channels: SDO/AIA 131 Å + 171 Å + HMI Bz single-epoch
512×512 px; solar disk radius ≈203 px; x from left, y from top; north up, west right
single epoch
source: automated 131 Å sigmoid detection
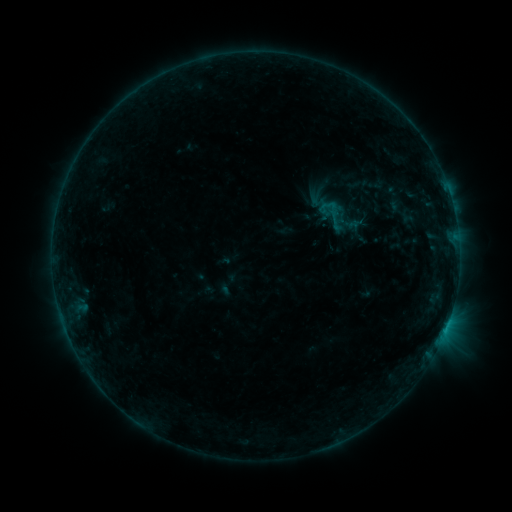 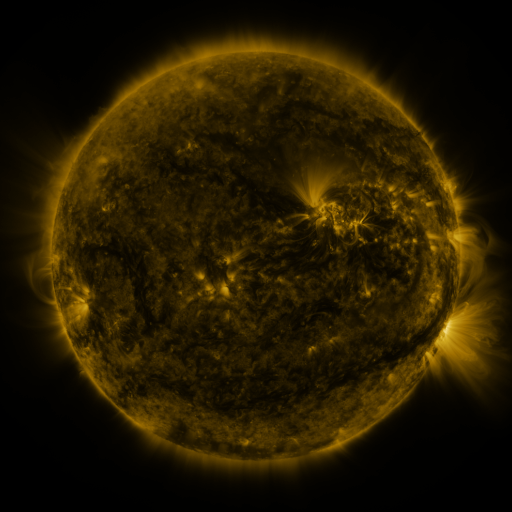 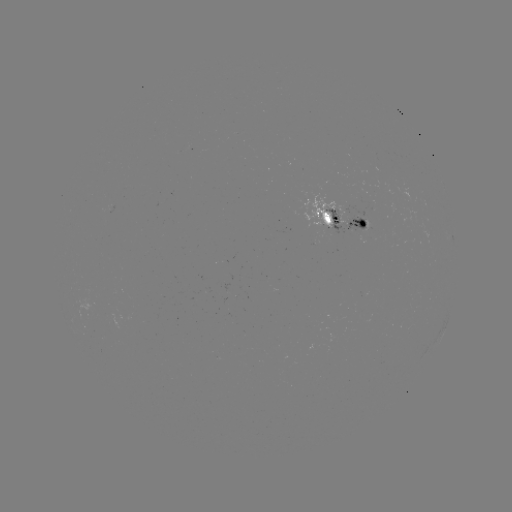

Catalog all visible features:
sigmoid: (333, 215)
